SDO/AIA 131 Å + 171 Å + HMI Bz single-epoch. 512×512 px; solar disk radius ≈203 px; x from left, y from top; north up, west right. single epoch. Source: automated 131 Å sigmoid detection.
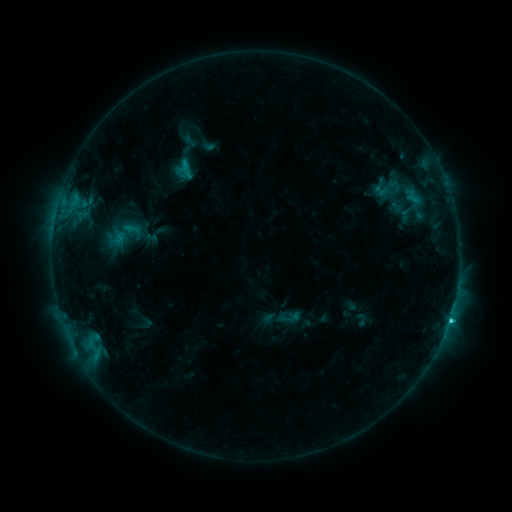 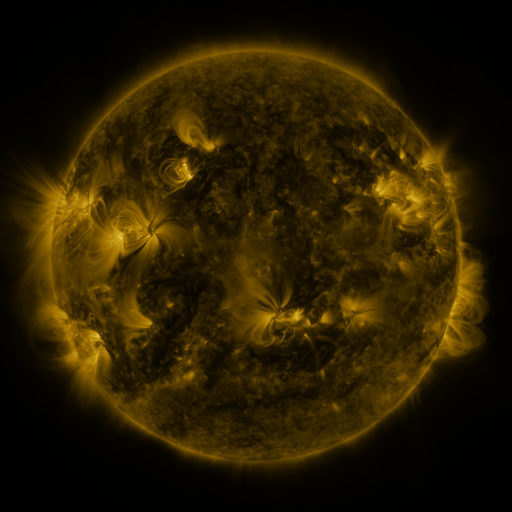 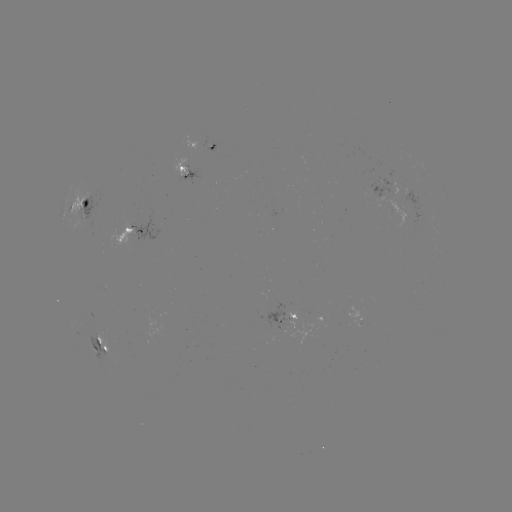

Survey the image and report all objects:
sigmoid: (286, 319)
